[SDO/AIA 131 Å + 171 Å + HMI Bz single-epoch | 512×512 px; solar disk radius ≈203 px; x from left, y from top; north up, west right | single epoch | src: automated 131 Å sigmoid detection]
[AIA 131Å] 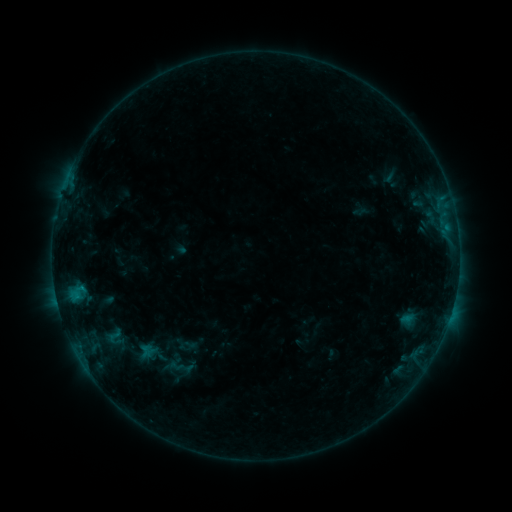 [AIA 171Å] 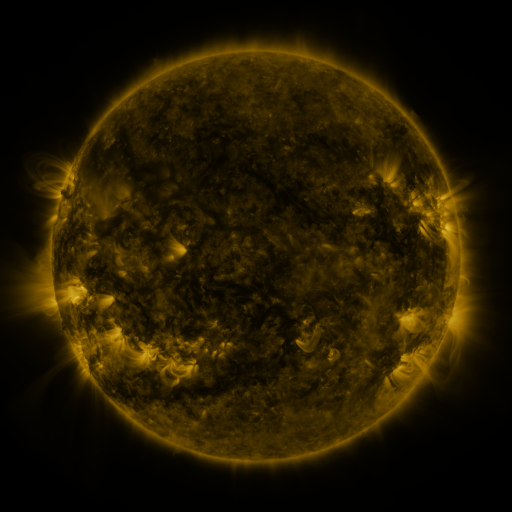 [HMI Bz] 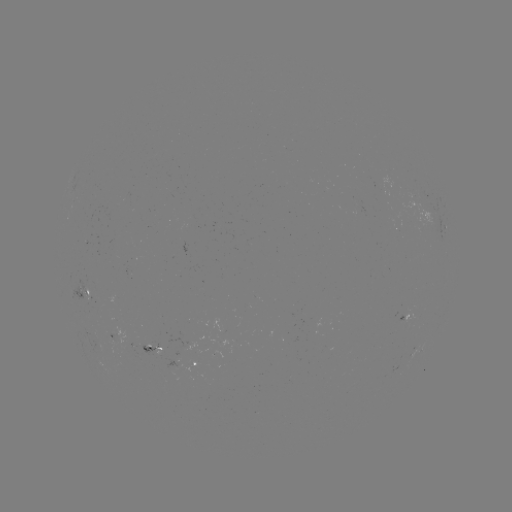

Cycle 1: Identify sigmoid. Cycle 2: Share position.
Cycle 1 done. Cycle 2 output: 114,337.